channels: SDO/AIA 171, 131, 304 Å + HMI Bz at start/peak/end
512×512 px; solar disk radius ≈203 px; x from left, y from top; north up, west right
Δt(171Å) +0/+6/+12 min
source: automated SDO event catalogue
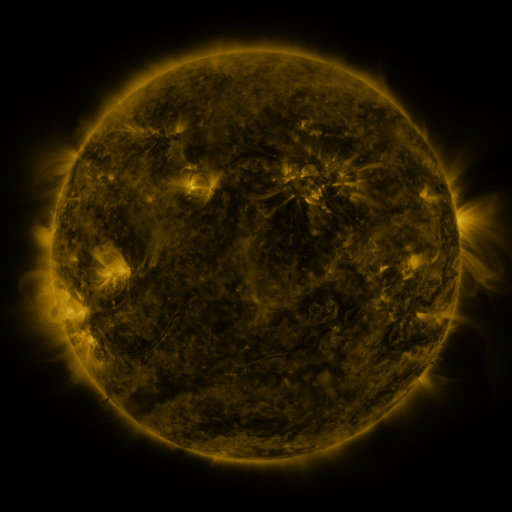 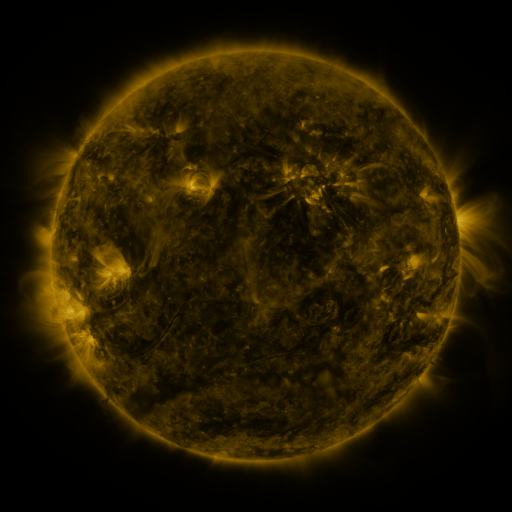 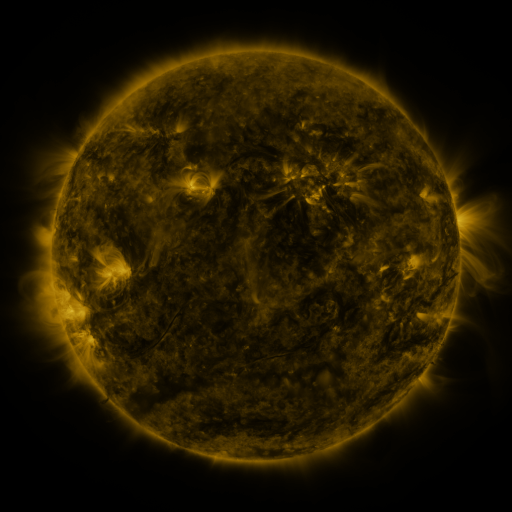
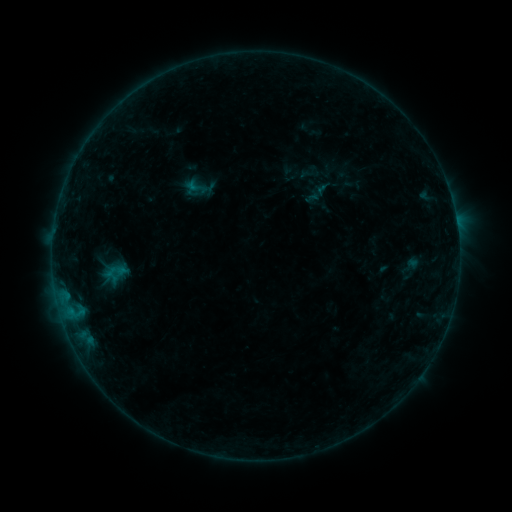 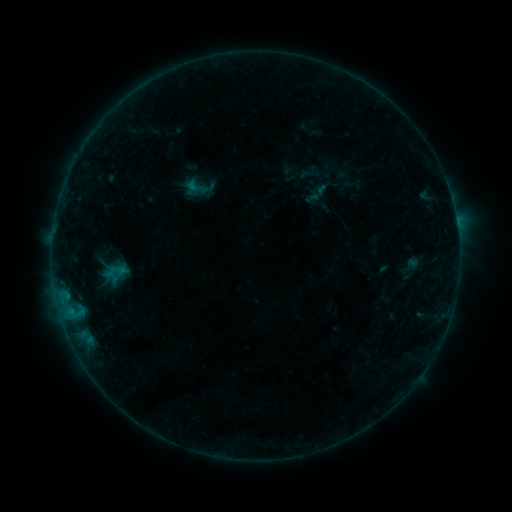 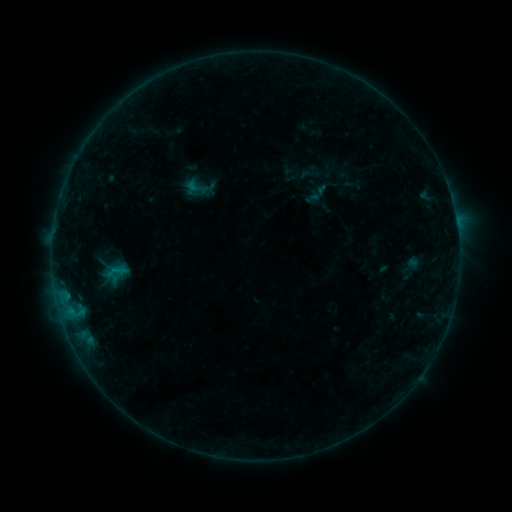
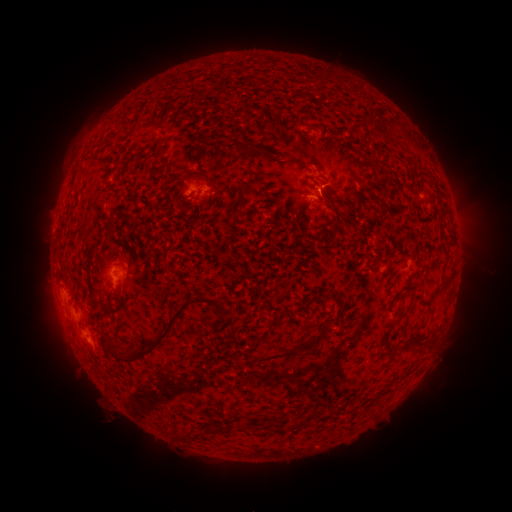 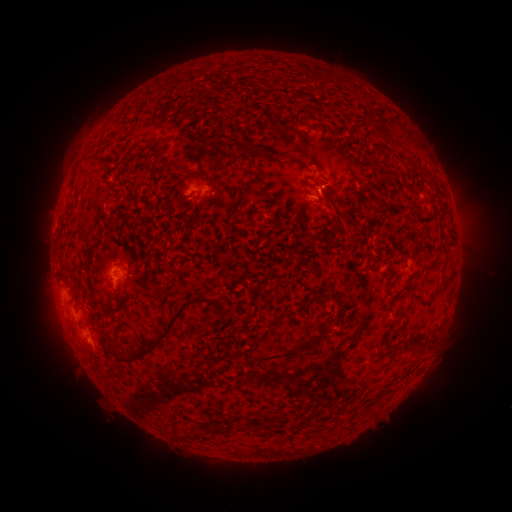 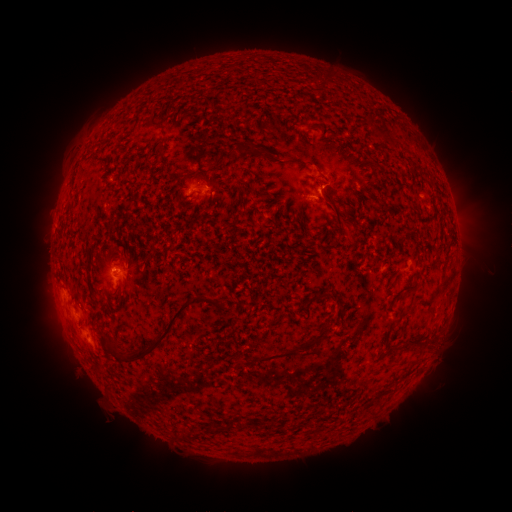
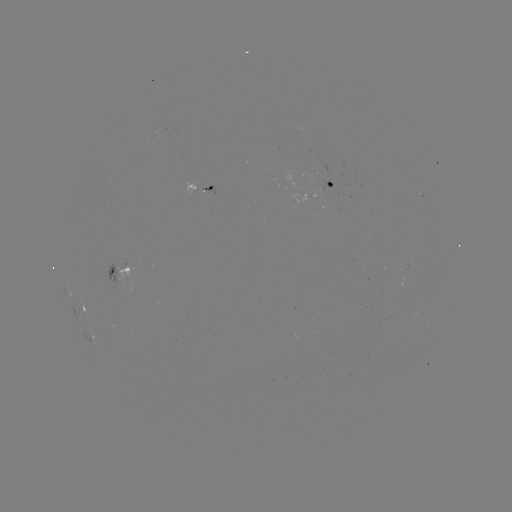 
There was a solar flare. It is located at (118, 269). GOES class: B4.0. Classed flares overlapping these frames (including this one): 1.